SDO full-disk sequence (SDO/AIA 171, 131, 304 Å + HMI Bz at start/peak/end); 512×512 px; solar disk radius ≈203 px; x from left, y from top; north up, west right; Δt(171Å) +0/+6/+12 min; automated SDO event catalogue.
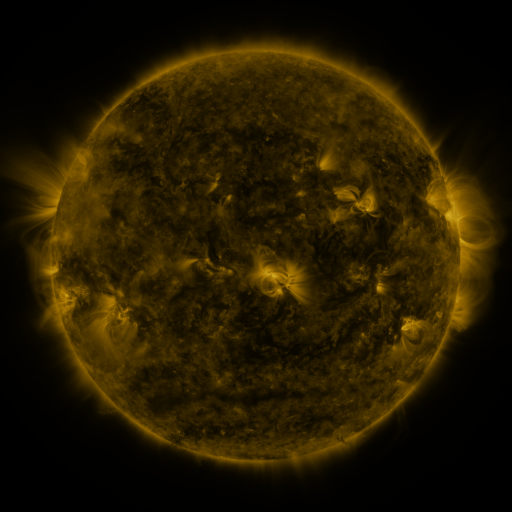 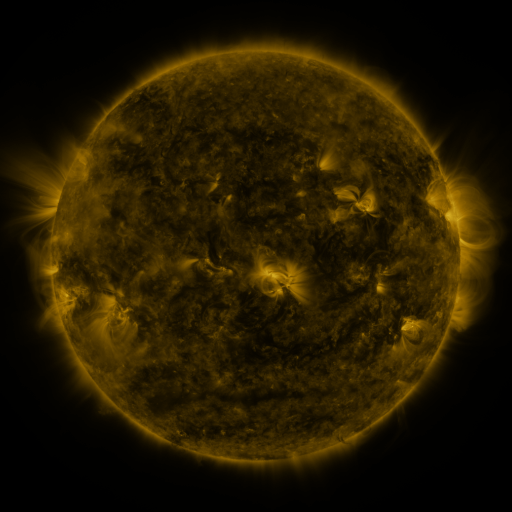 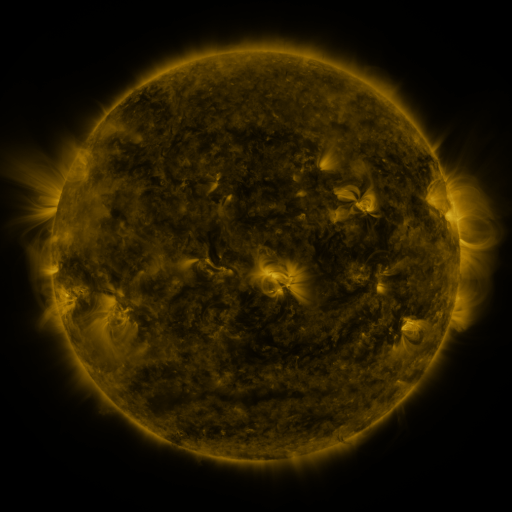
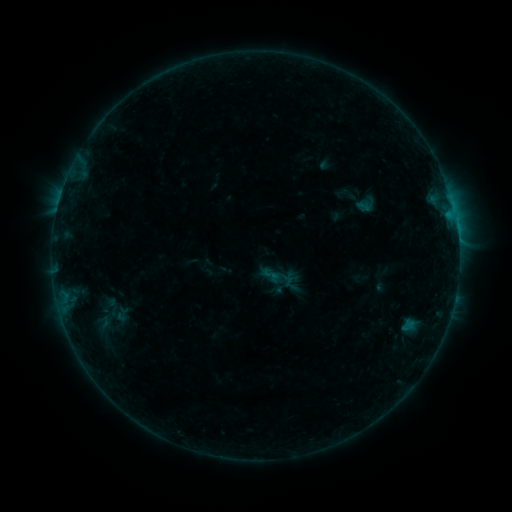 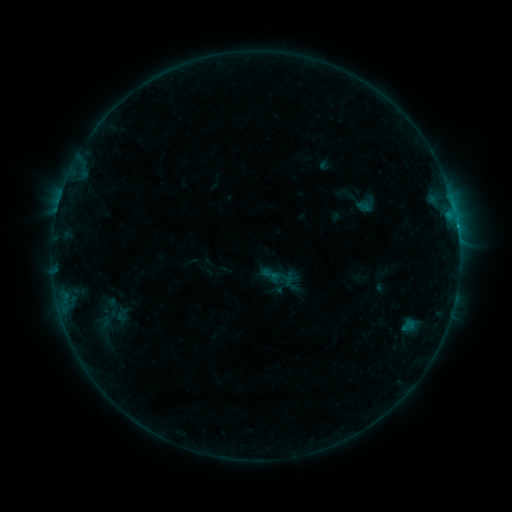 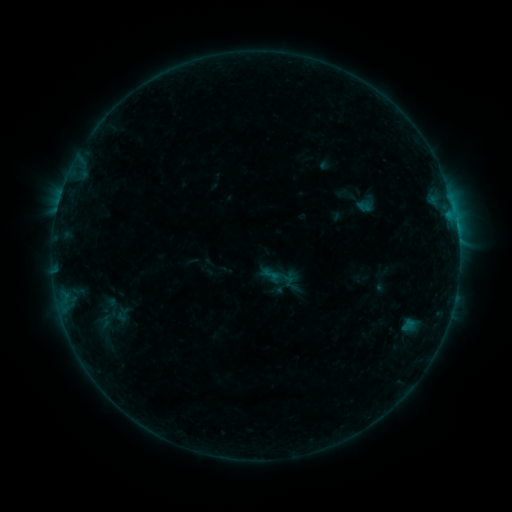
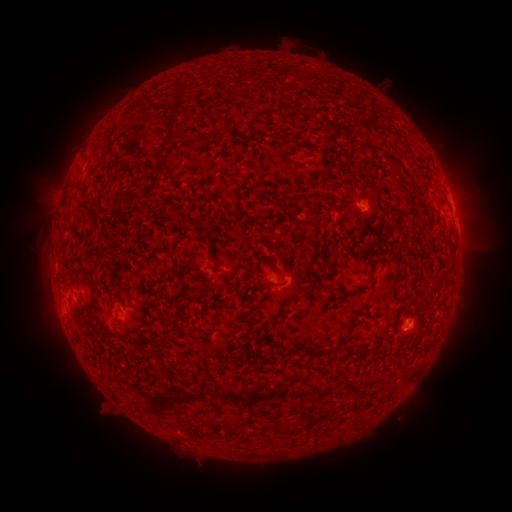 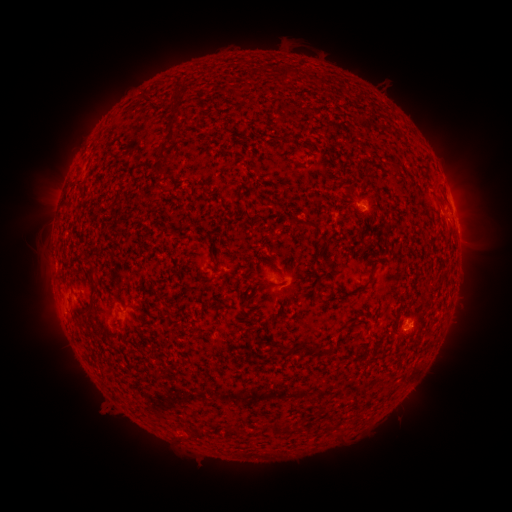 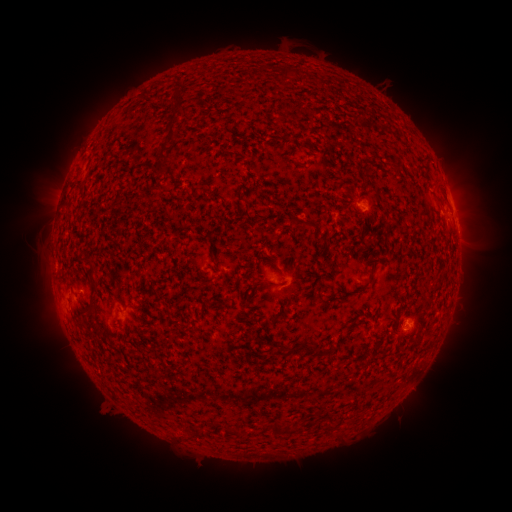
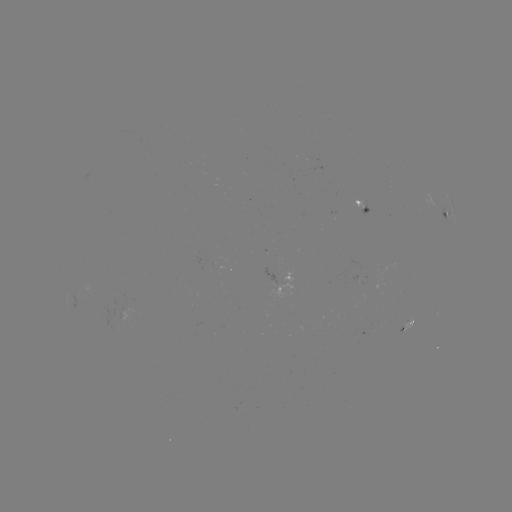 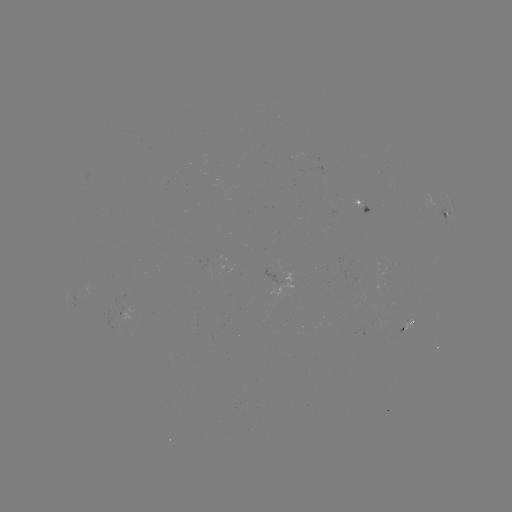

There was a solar flare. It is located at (448, 217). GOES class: B5.7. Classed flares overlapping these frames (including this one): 1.